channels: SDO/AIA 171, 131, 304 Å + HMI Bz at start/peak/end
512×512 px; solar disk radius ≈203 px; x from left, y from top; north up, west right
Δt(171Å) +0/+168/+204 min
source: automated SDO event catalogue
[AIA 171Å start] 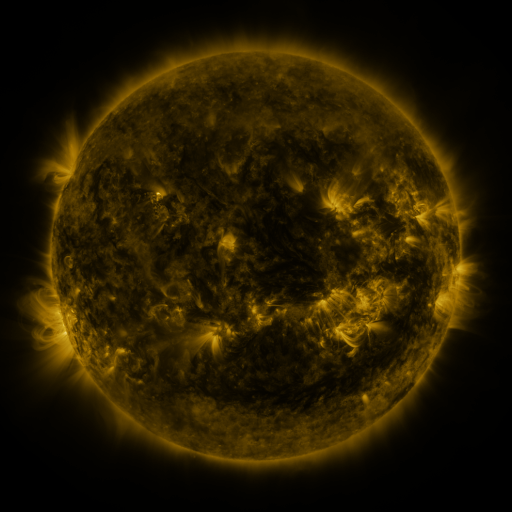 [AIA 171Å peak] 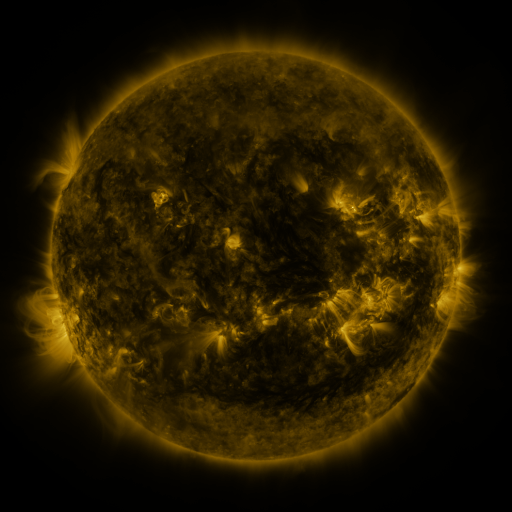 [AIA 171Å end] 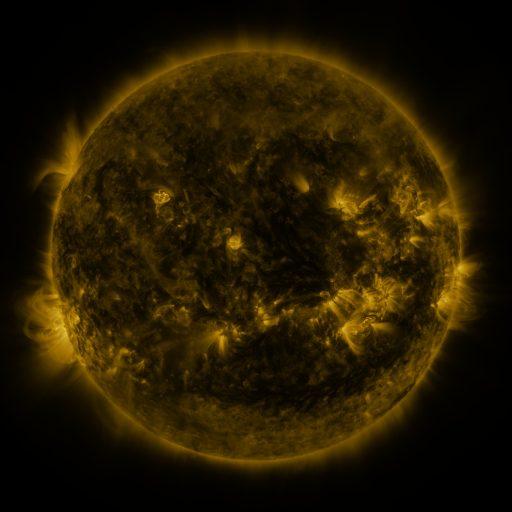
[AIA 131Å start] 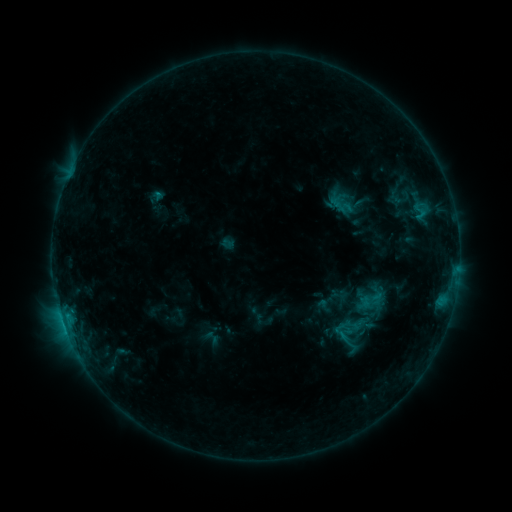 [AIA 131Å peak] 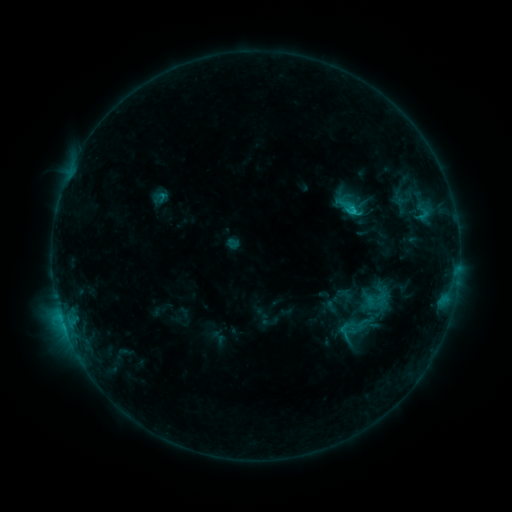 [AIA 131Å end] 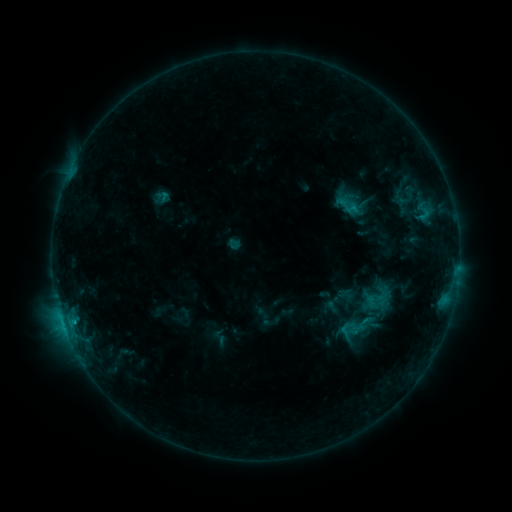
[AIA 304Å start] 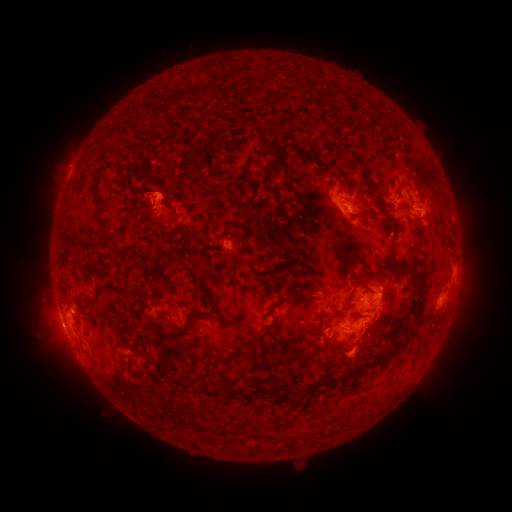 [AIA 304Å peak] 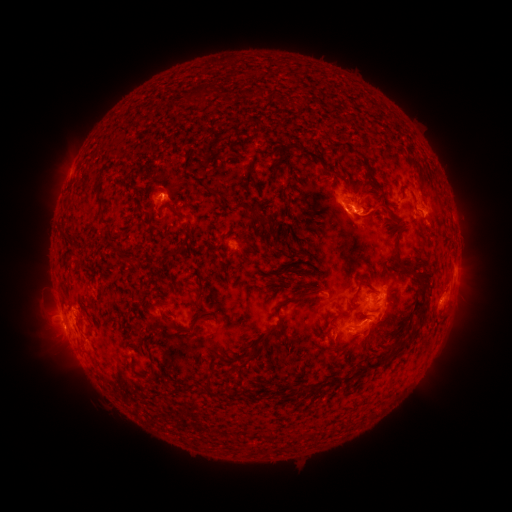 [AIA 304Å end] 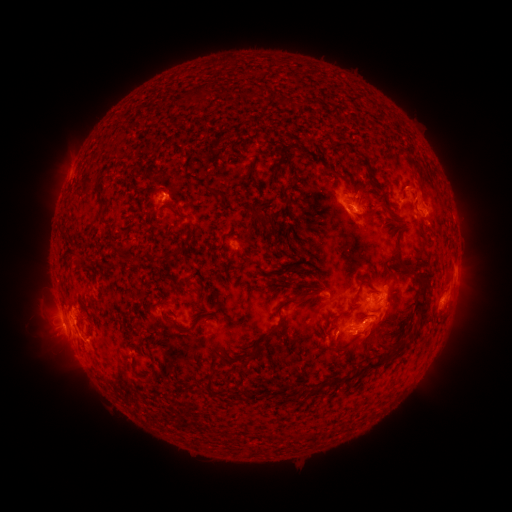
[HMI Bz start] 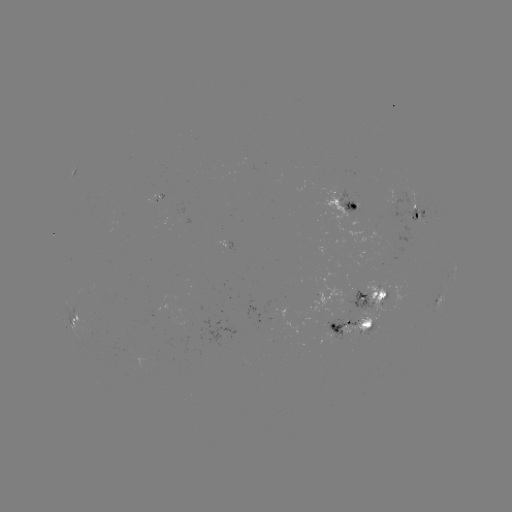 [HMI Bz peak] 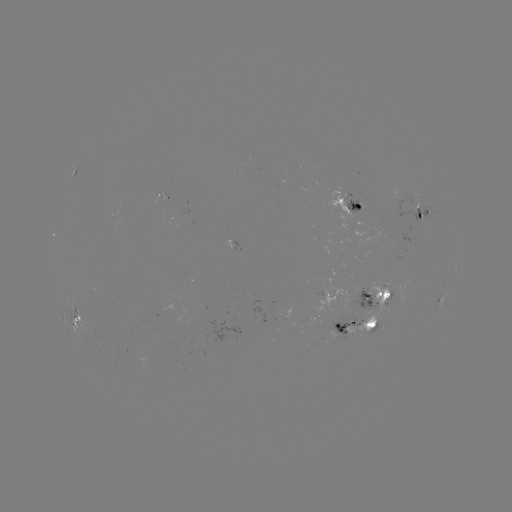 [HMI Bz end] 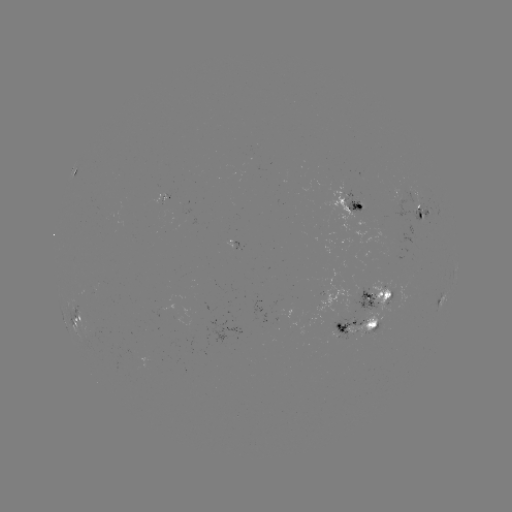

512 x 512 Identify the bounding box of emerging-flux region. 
[152, 194, 165, 204].